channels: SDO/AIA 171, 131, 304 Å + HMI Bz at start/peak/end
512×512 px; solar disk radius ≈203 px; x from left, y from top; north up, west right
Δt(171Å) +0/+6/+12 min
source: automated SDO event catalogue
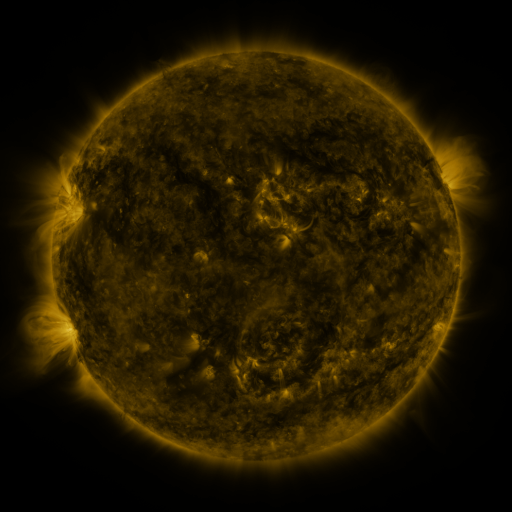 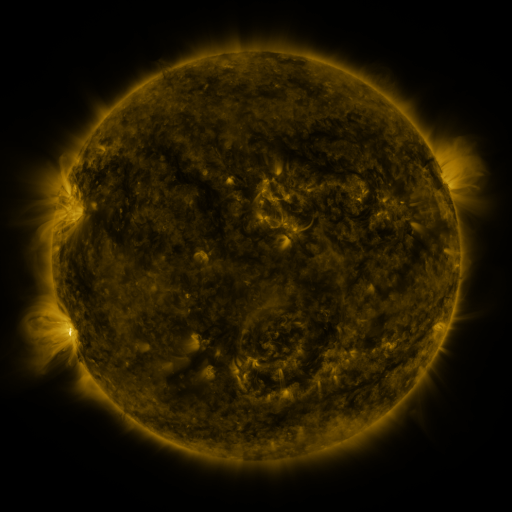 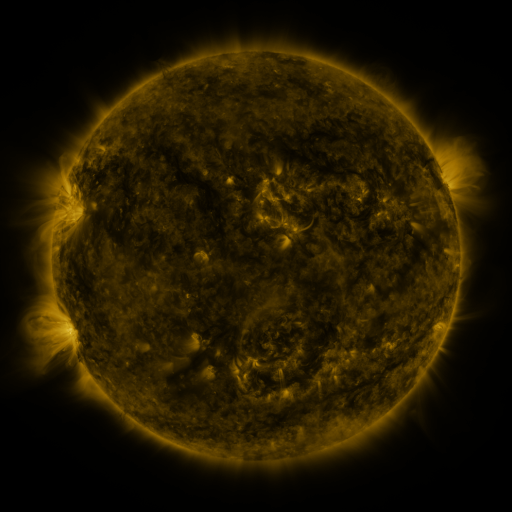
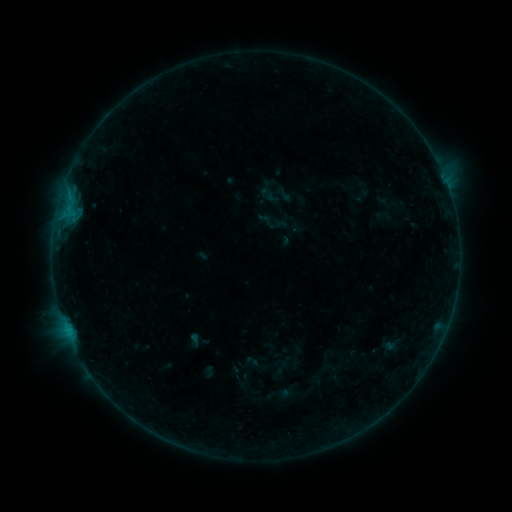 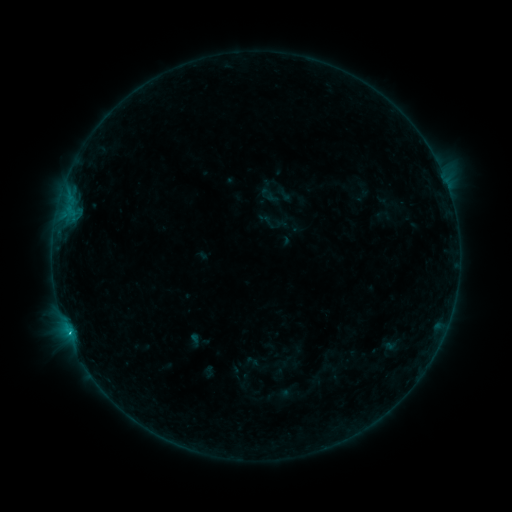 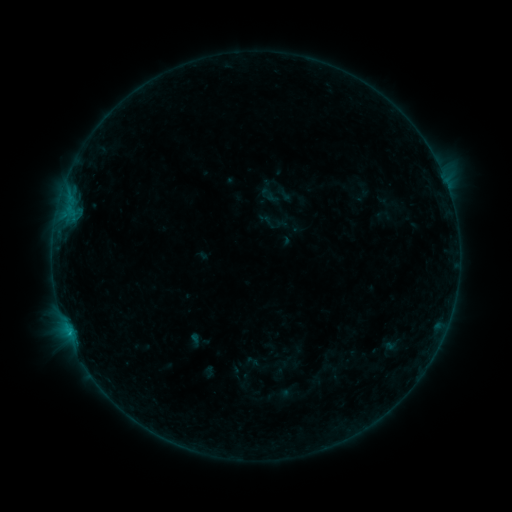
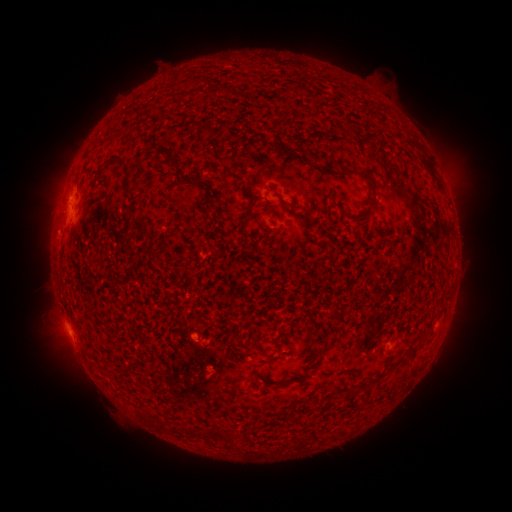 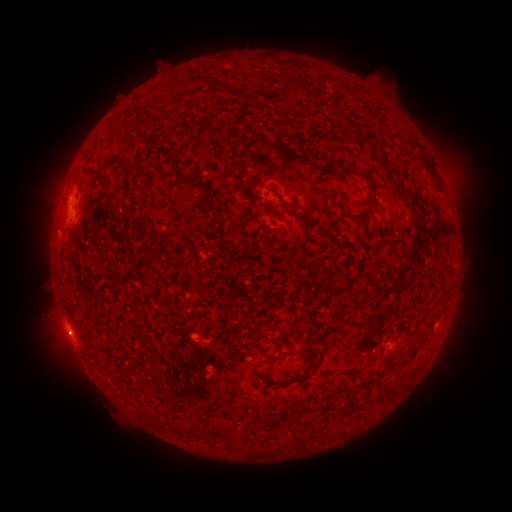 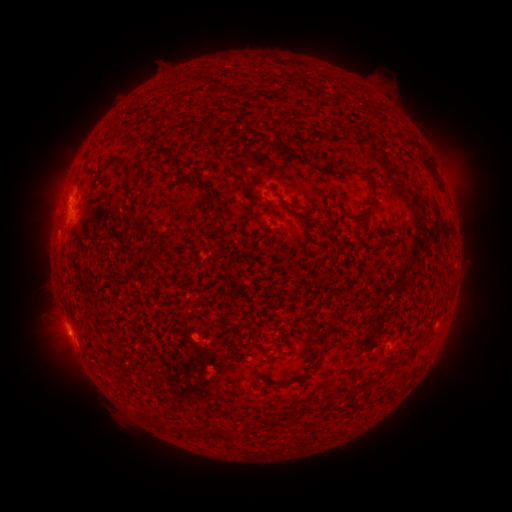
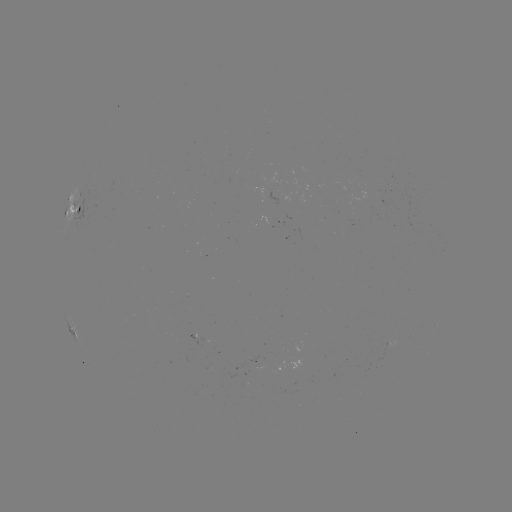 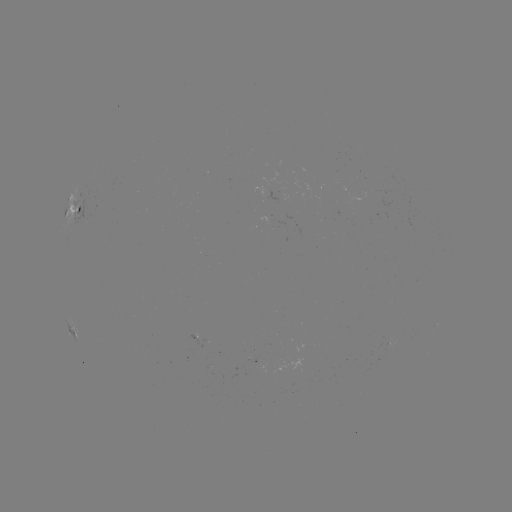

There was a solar flare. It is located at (70, 332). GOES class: B4.2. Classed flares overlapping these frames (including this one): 1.